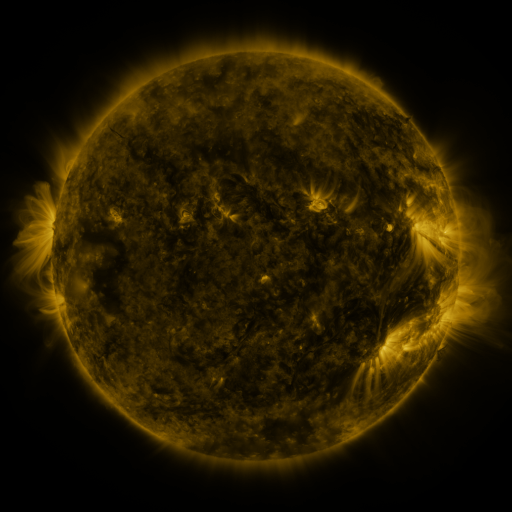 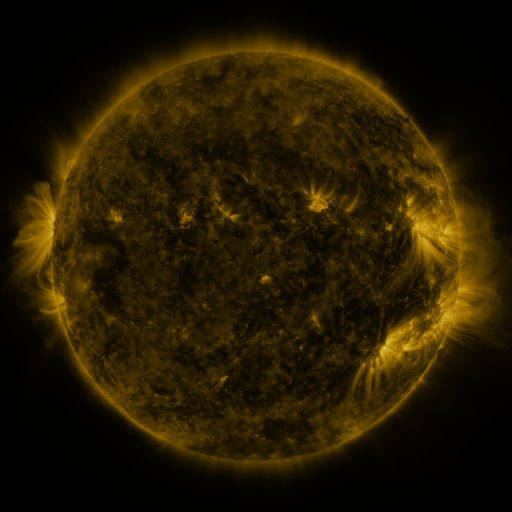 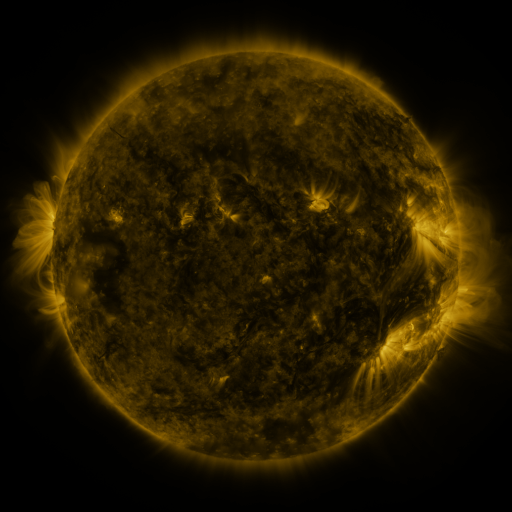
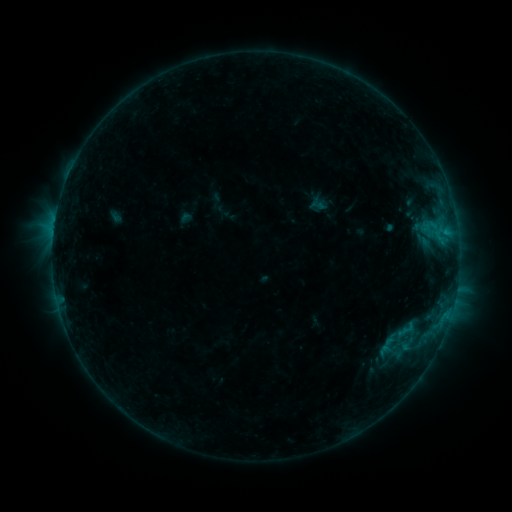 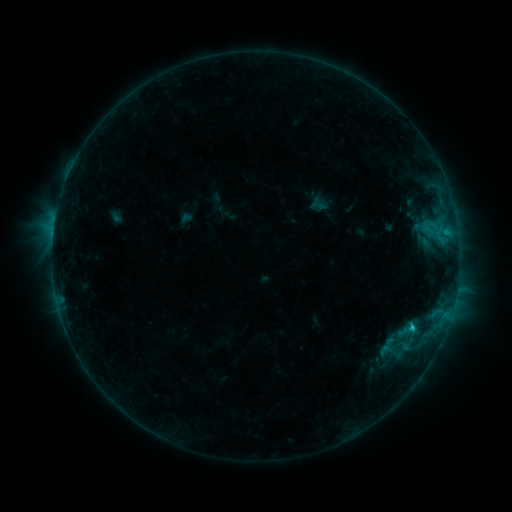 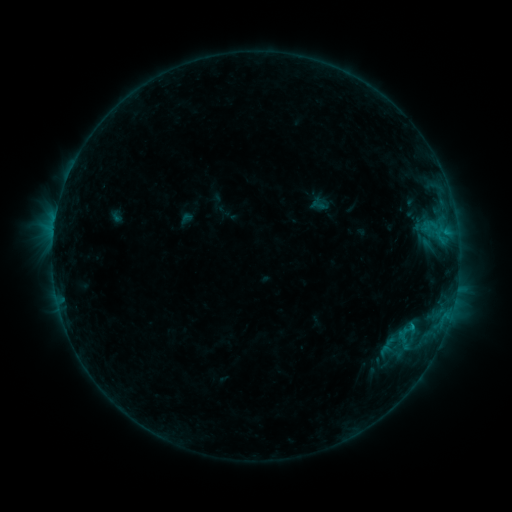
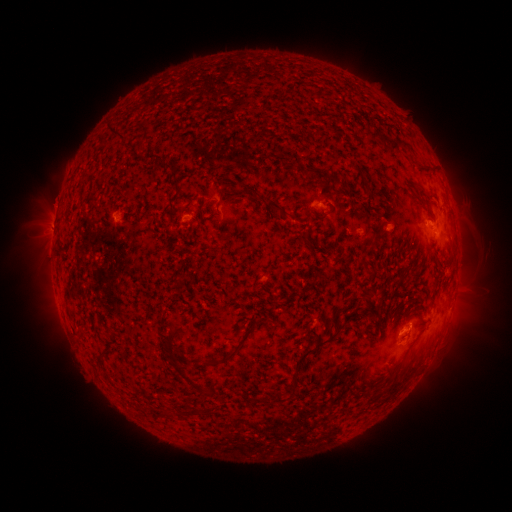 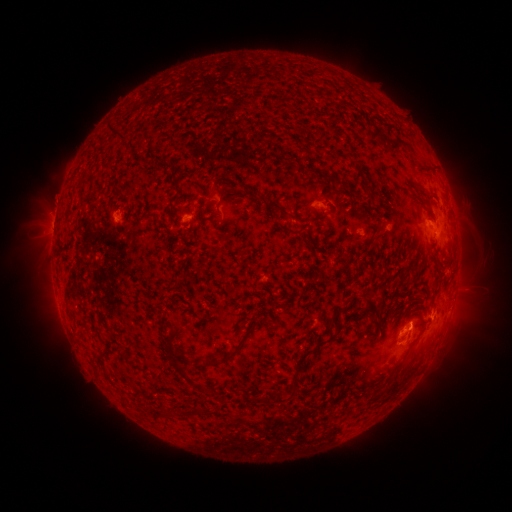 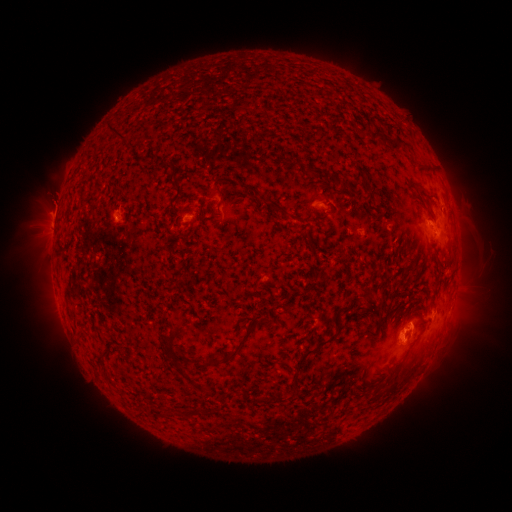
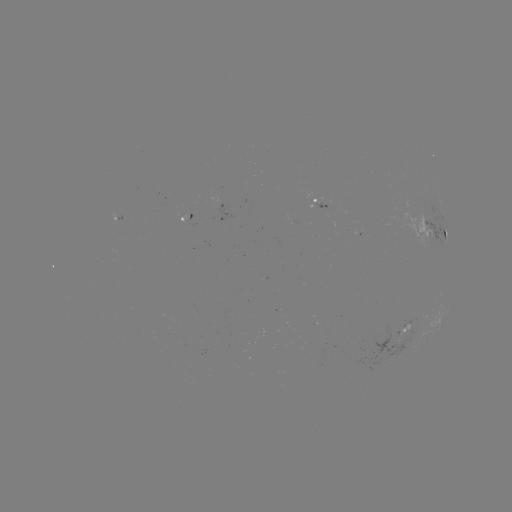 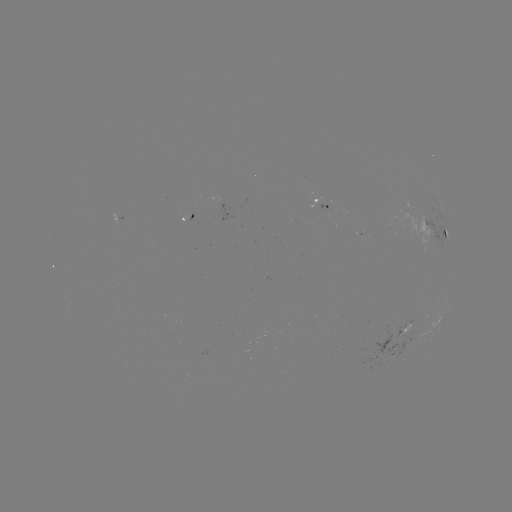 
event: flare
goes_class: C1.2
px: (411, 325)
